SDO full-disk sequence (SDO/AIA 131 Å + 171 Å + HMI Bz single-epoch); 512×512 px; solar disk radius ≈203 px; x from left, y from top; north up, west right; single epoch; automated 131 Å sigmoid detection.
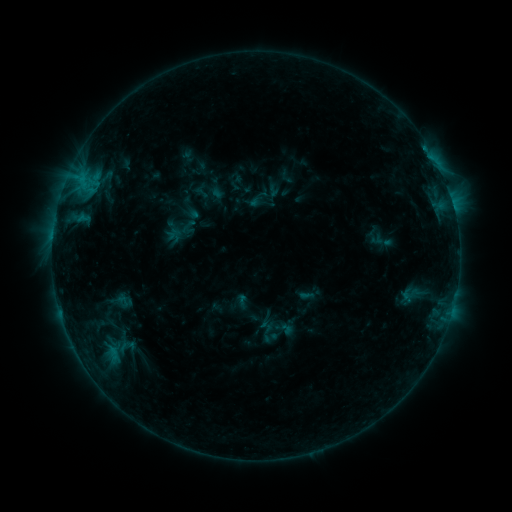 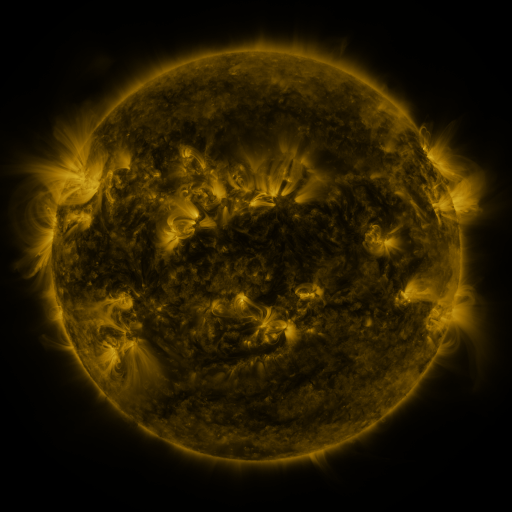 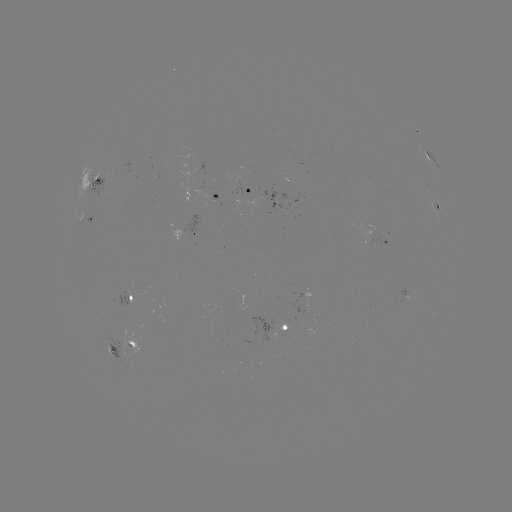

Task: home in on sigmoid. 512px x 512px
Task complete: [125, 301].